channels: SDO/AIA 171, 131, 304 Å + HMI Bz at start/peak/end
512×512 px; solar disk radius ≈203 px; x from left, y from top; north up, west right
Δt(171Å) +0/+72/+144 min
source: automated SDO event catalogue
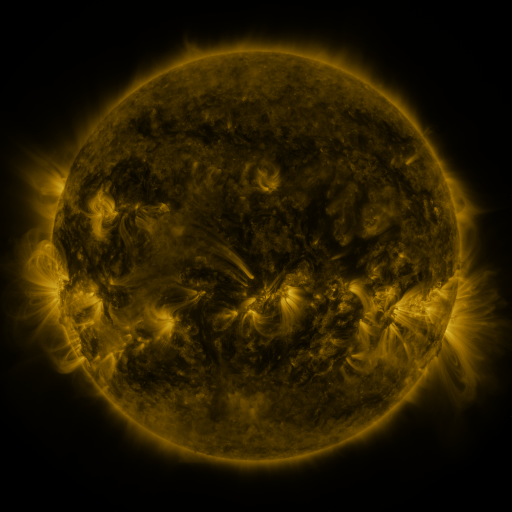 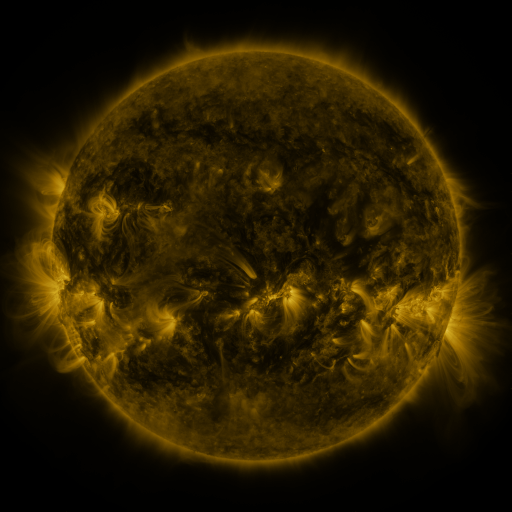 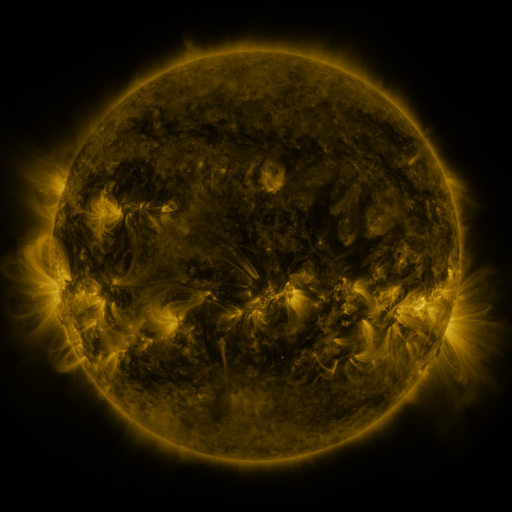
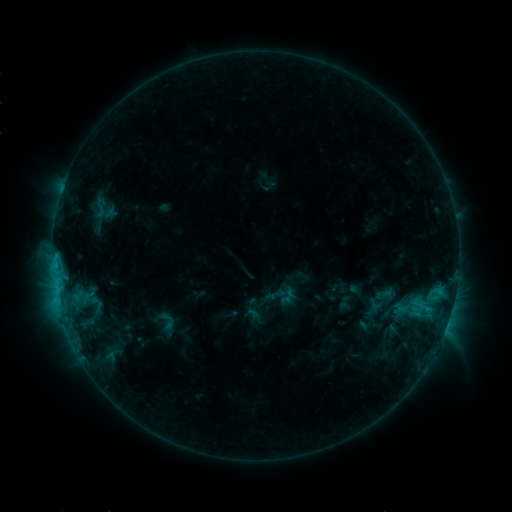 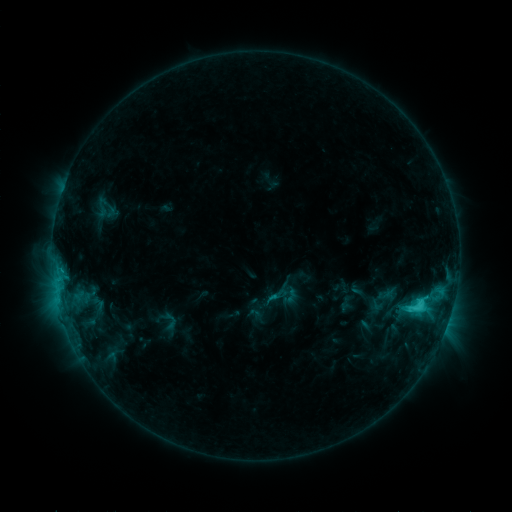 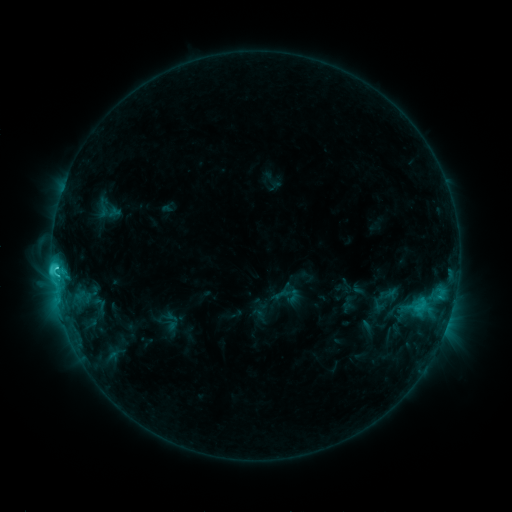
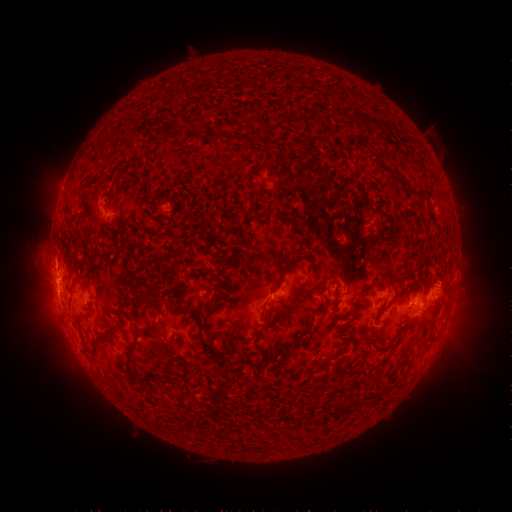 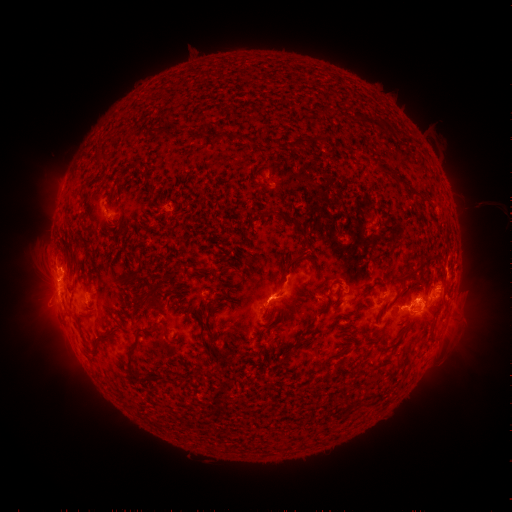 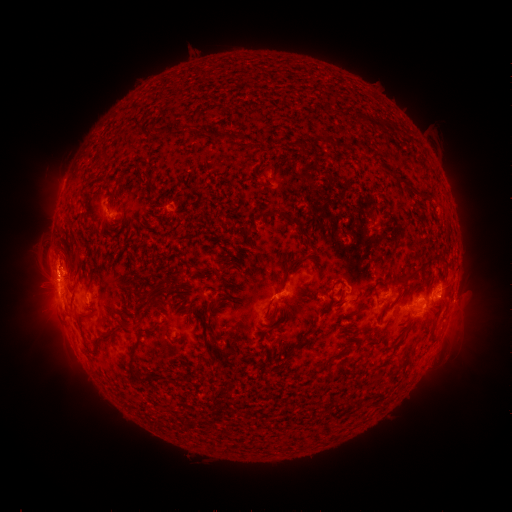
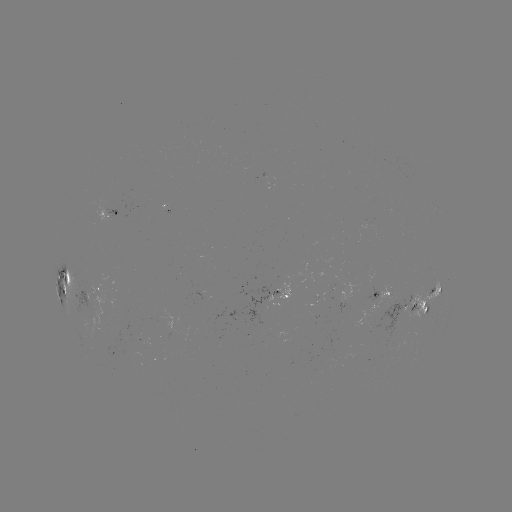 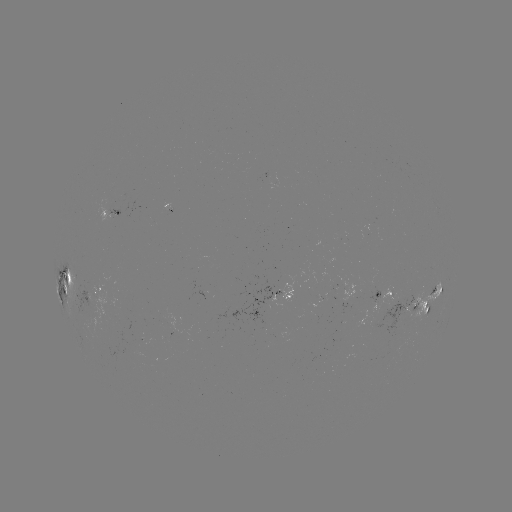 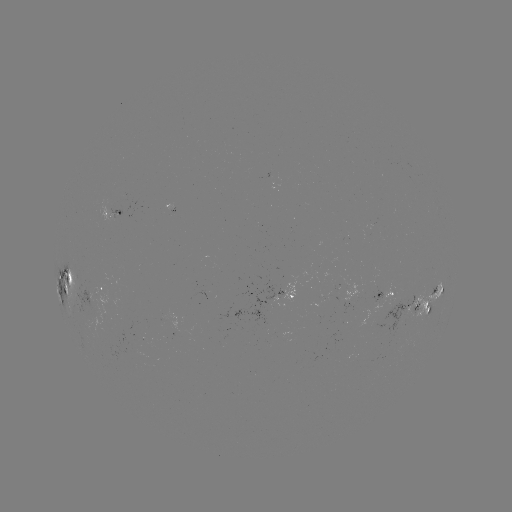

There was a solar filament eruption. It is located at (378, 254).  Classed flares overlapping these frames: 1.